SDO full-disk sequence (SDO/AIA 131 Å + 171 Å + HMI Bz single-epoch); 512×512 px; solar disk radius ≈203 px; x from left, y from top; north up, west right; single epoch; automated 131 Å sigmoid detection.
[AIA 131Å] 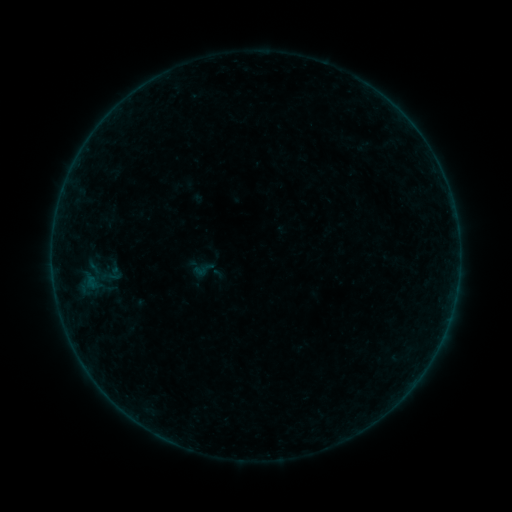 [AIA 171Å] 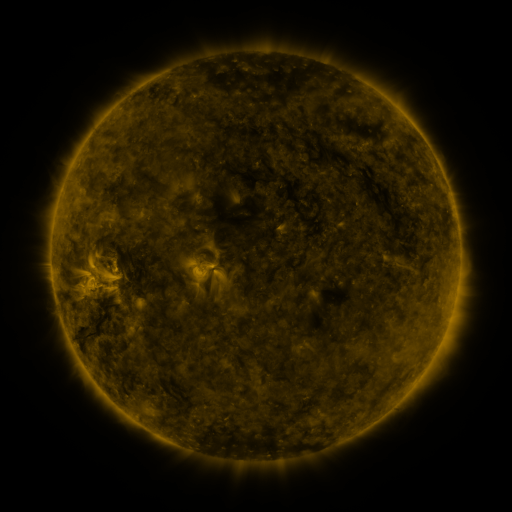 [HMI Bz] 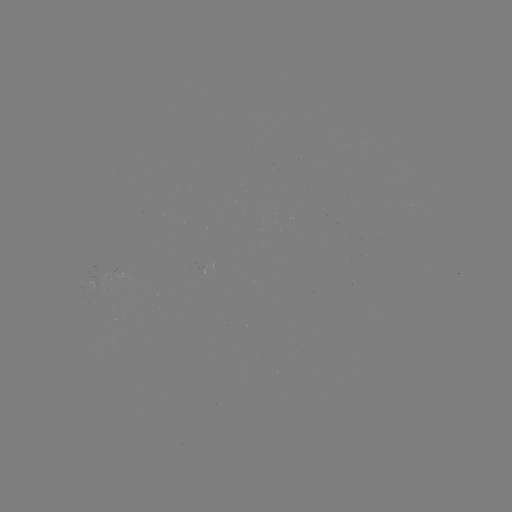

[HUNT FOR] sigmoid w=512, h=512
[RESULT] (203, 269)